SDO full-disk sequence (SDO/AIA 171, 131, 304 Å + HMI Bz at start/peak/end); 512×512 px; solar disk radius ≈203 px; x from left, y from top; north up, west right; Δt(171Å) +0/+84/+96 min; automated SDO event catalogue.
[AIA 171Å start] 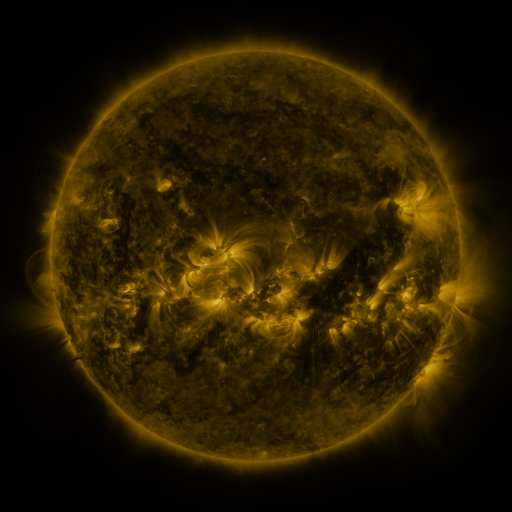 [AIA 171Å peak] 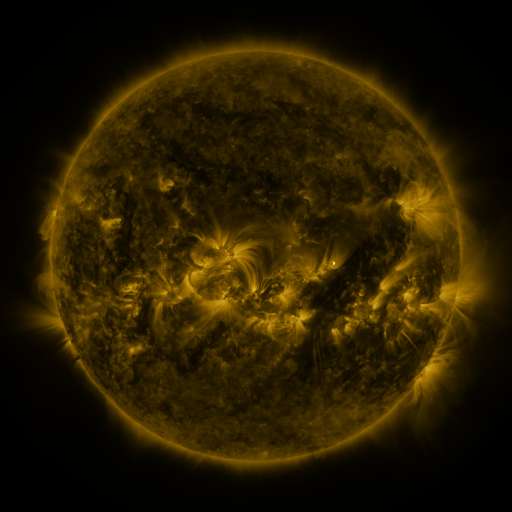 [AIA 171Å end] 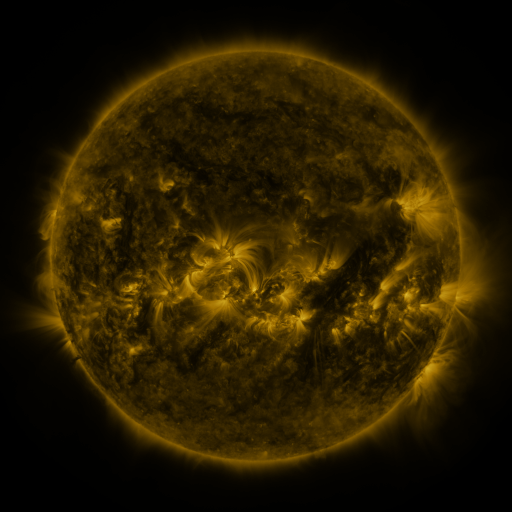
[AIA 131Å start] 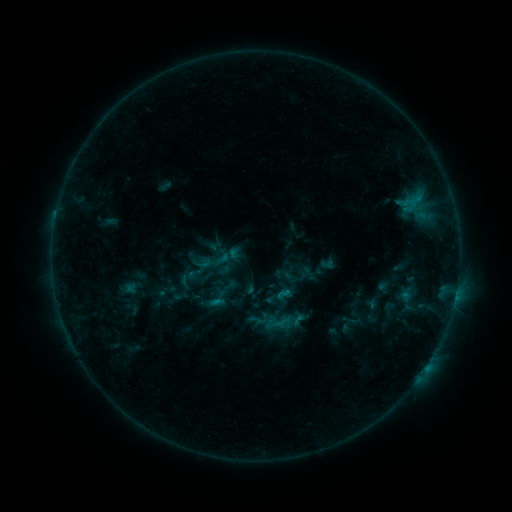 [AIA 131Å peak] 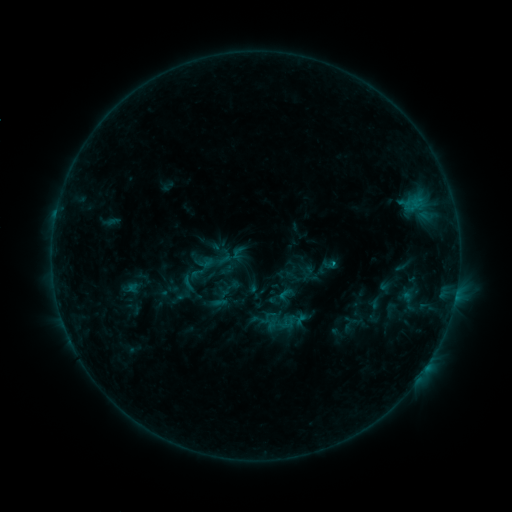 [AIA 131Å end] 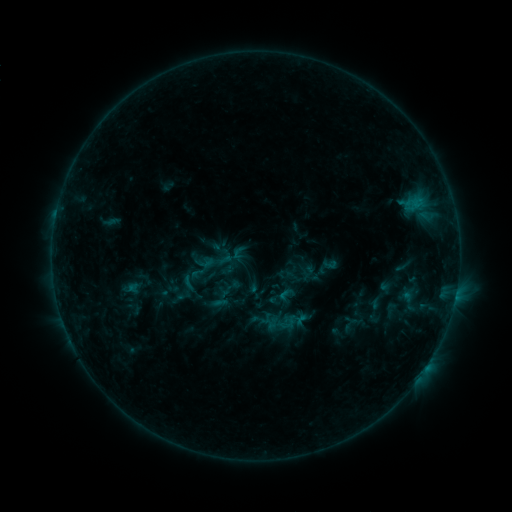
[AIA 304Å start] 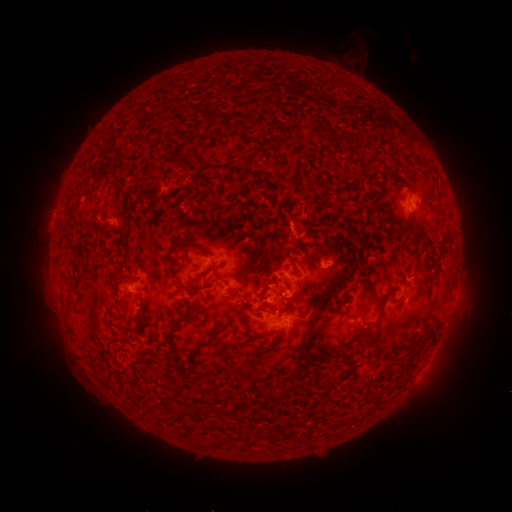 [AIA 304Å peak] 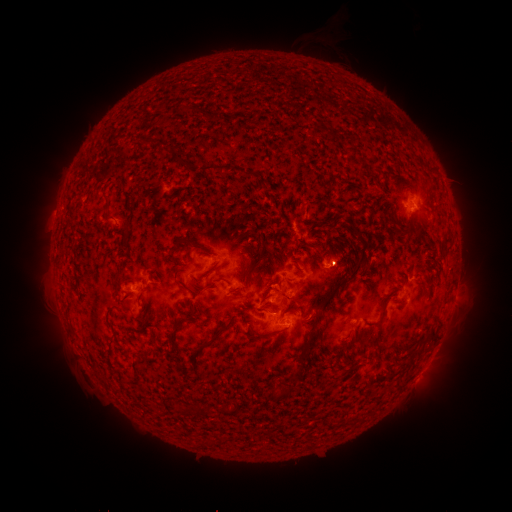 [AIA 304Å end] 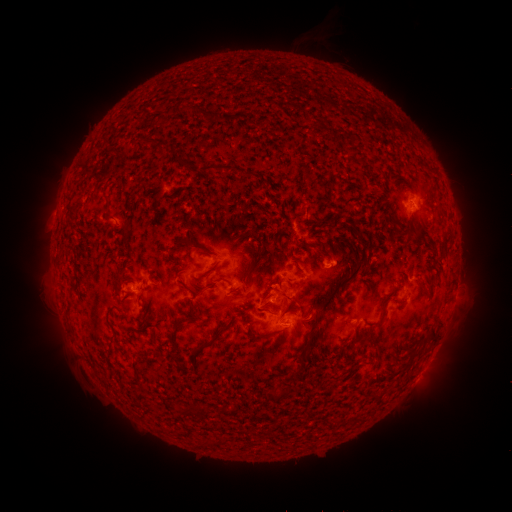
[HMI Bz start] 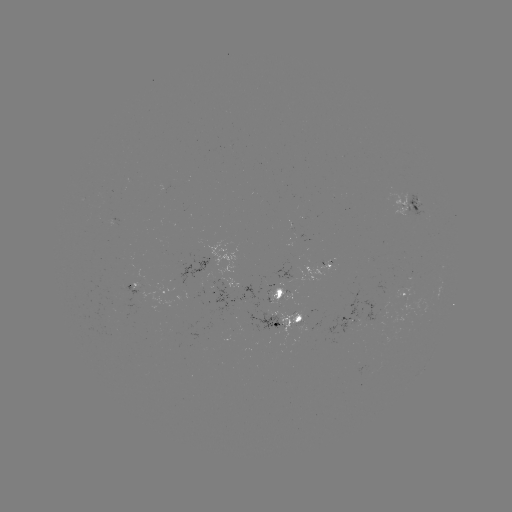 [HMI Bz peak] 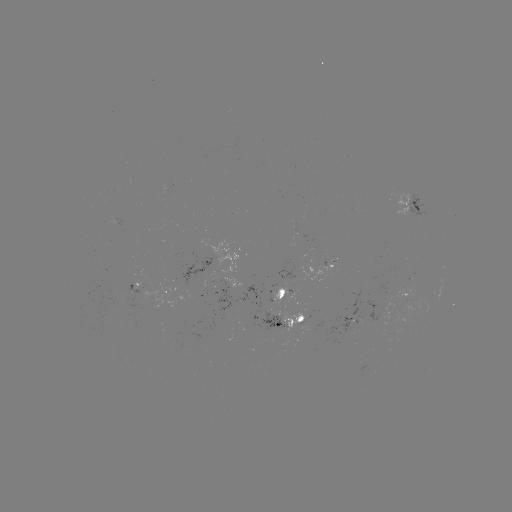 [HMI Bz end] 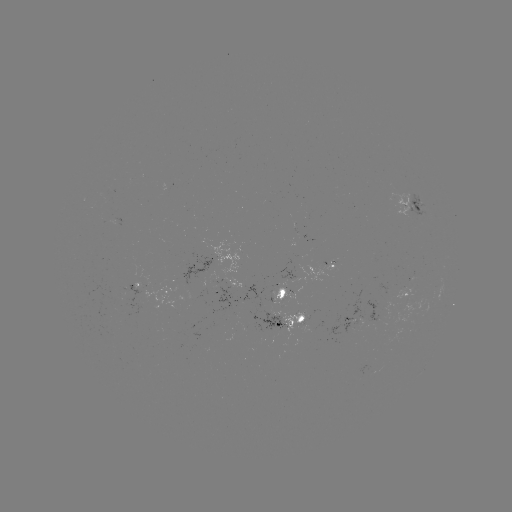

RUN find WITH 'emerging-flux region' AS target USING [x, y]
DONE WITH [299, 322] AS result